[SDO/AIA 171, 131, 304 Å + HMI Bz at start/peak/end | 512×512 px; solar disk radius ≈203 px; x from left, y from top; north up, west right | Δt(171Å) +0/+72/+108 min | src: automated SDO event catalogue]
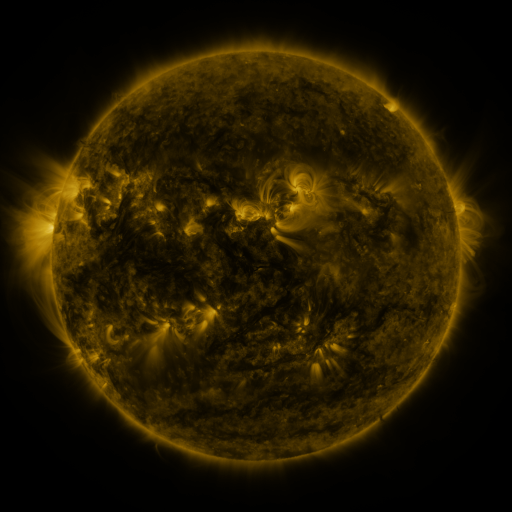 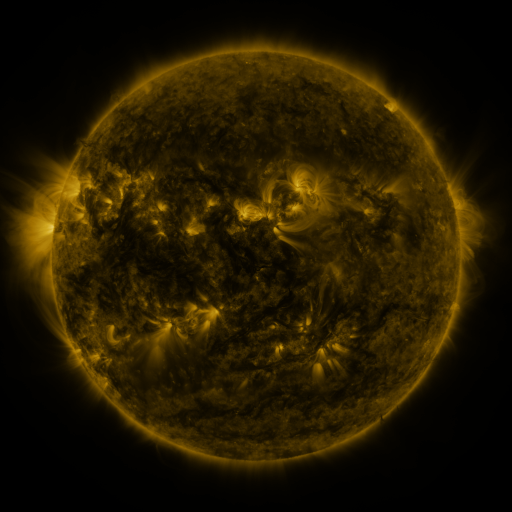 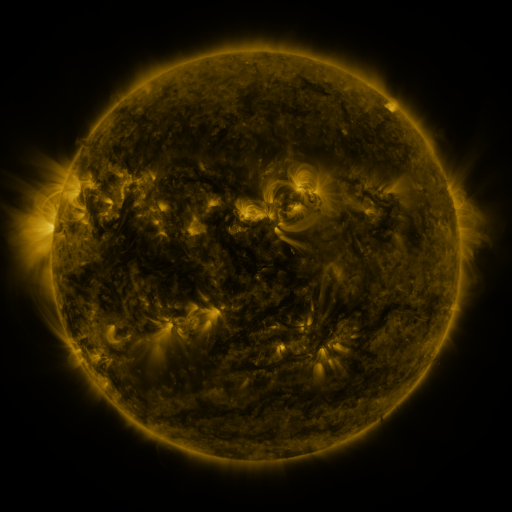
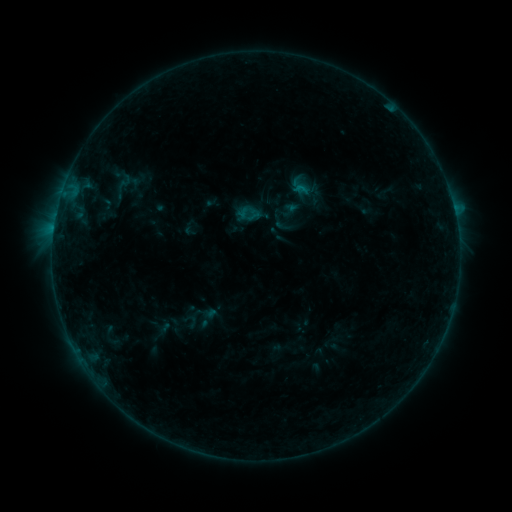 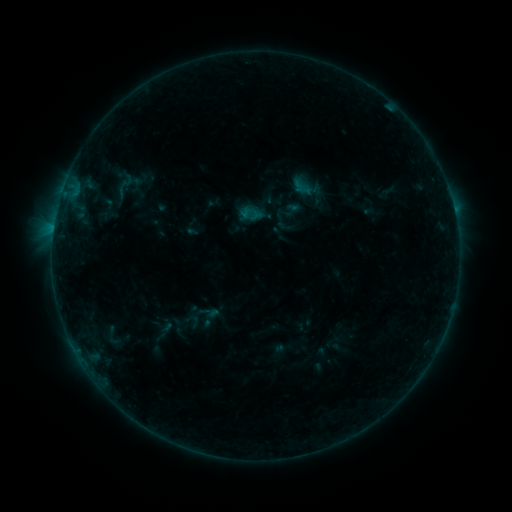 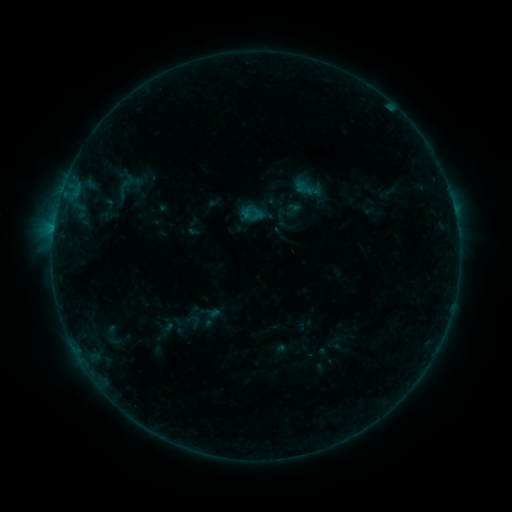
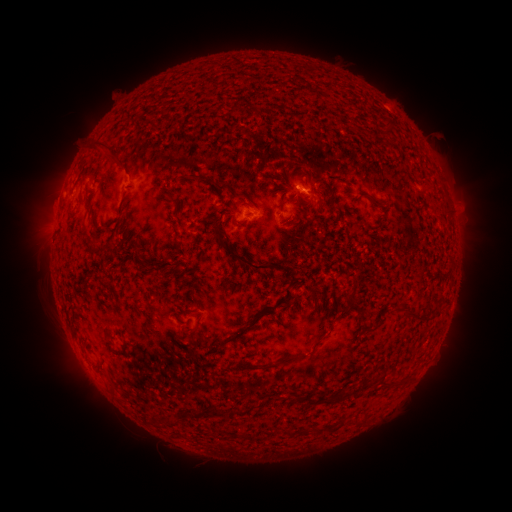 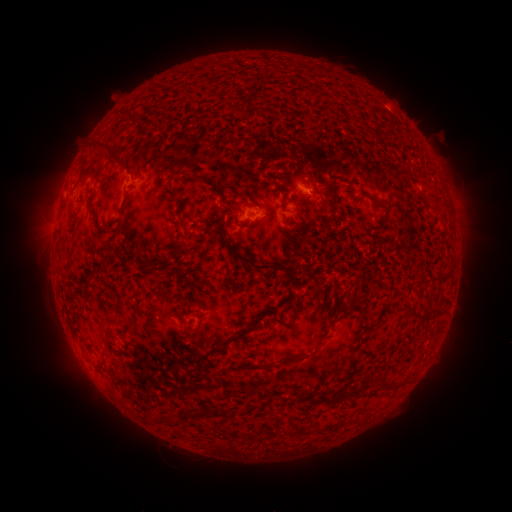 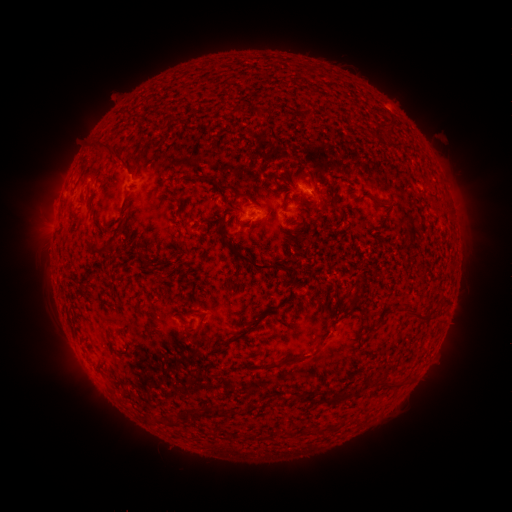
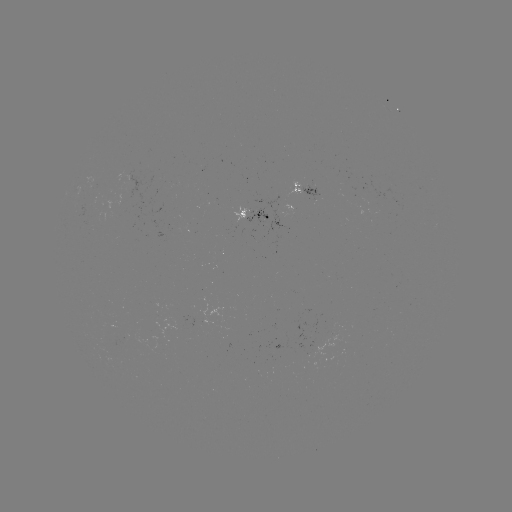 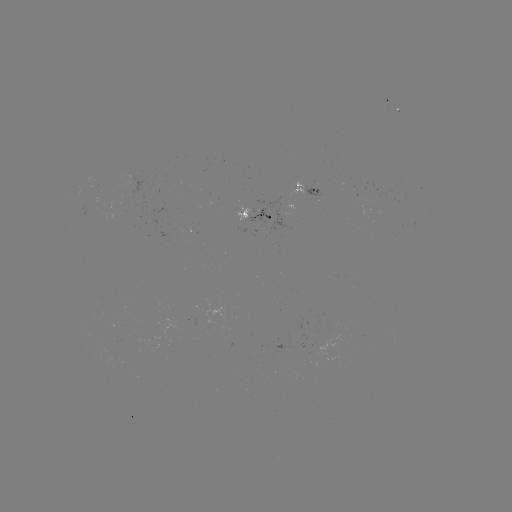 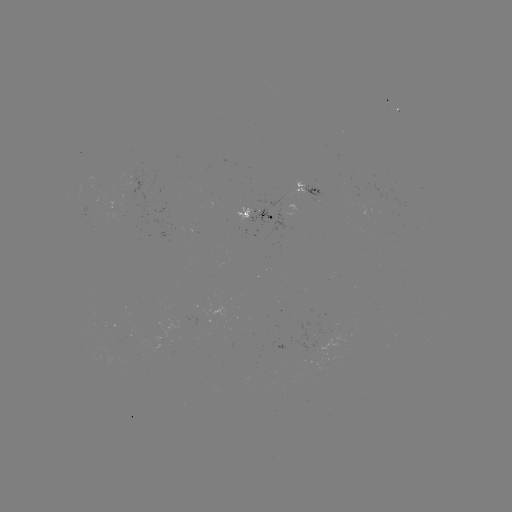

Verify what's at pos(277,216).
emerging-flux region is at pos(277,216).